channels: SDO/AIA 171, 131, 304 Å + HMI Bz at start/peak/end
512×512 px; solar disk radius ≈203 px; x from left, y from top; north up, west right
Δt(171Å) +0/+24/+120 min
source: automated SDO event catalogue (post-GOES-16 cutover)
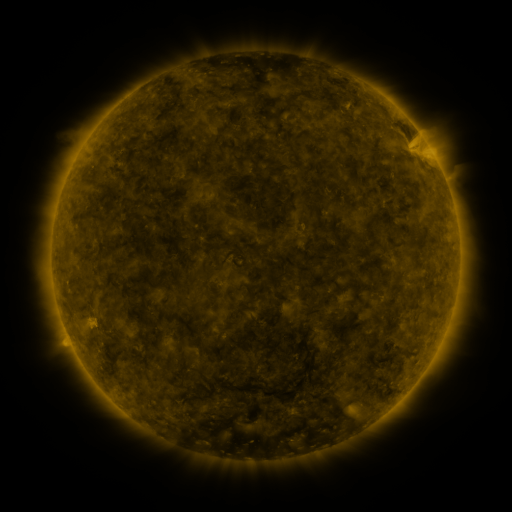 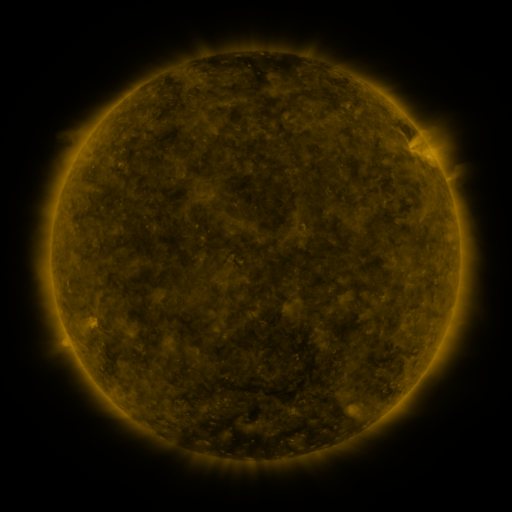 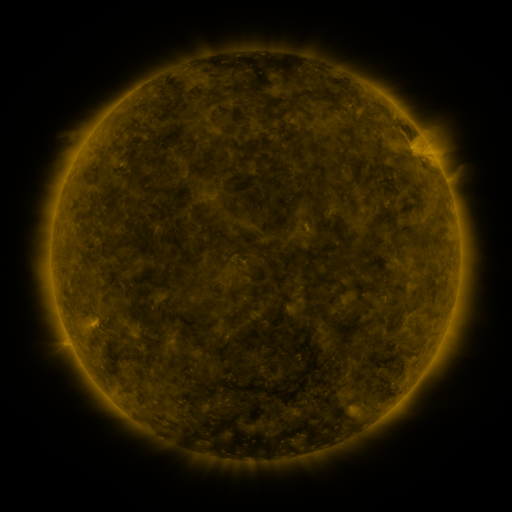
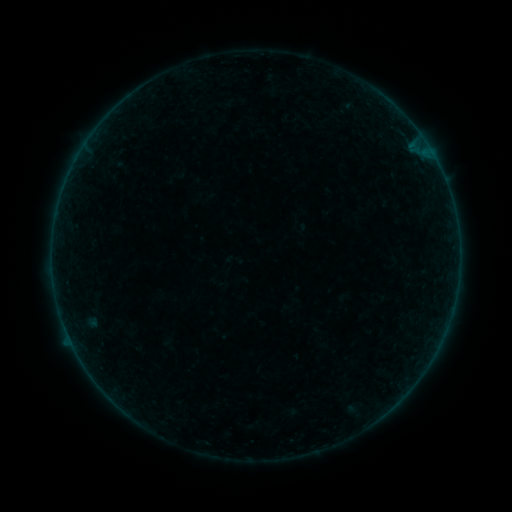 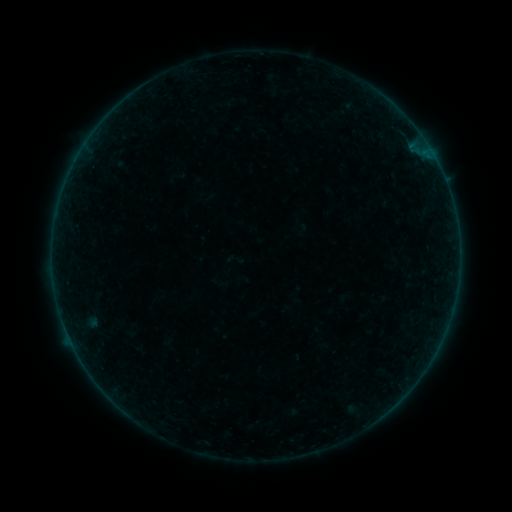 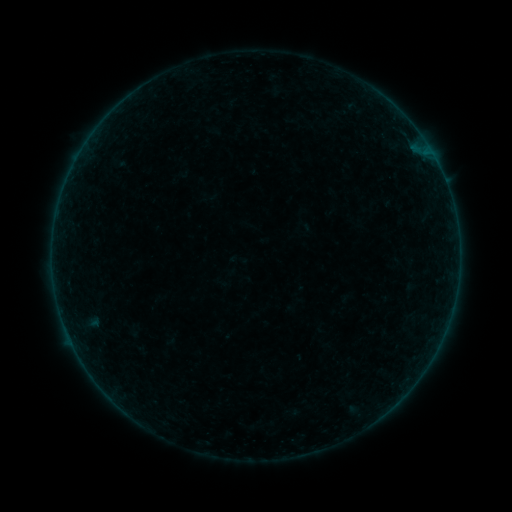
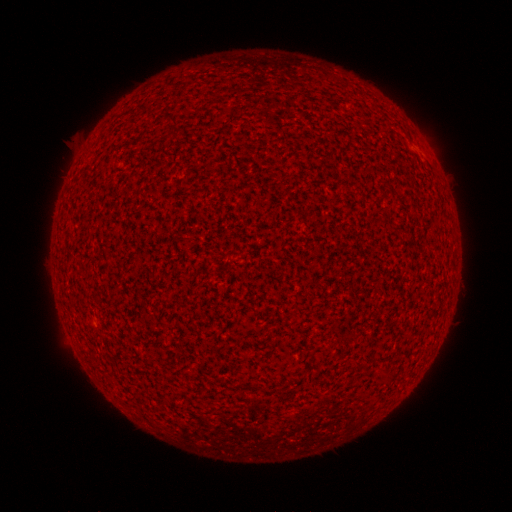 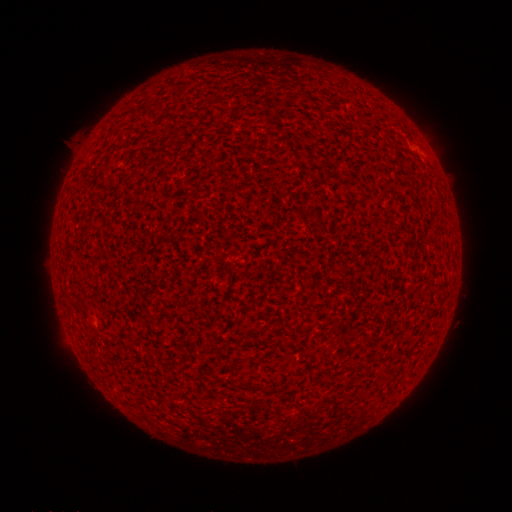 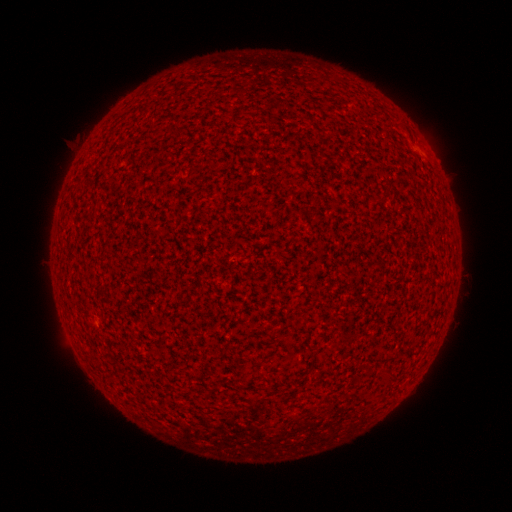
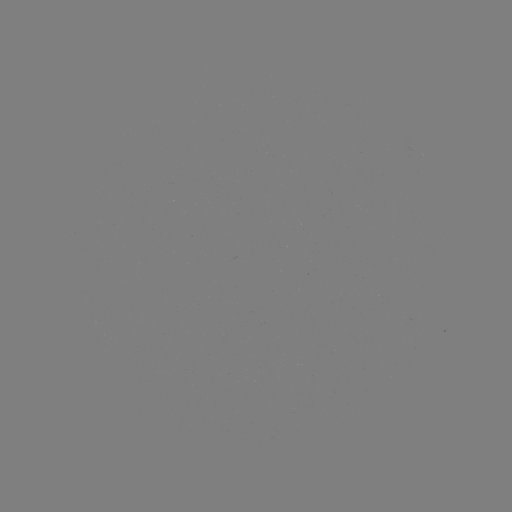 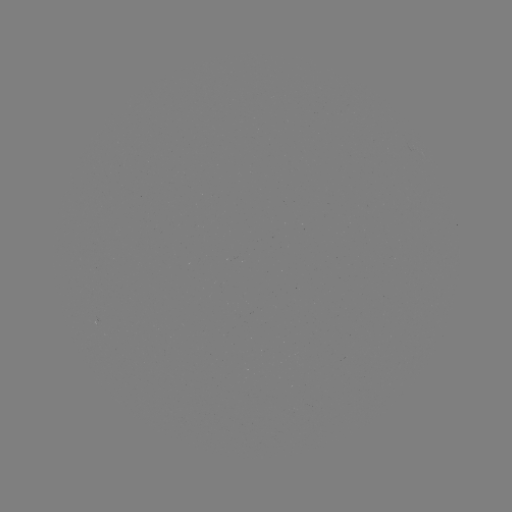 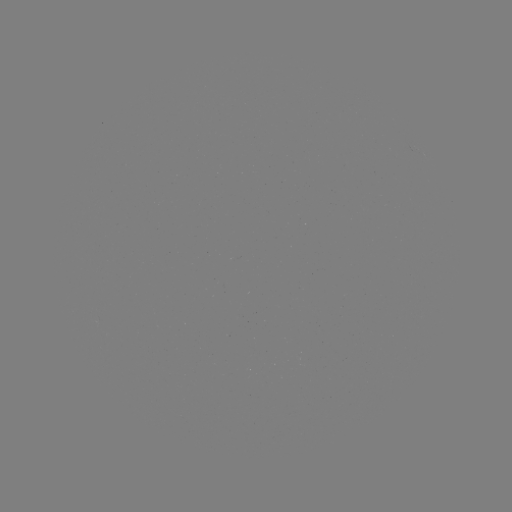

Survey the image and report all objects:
A3.2 flare: (422, 146)
